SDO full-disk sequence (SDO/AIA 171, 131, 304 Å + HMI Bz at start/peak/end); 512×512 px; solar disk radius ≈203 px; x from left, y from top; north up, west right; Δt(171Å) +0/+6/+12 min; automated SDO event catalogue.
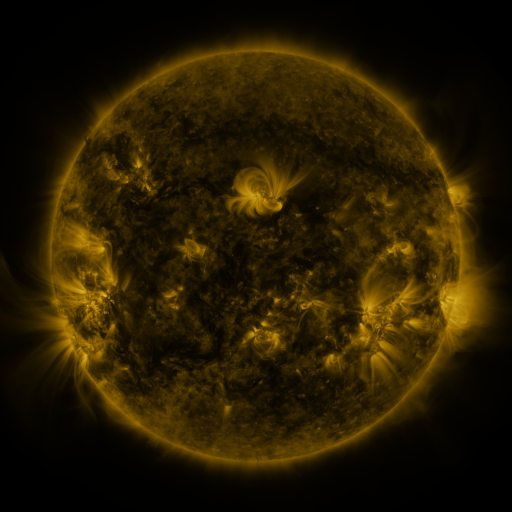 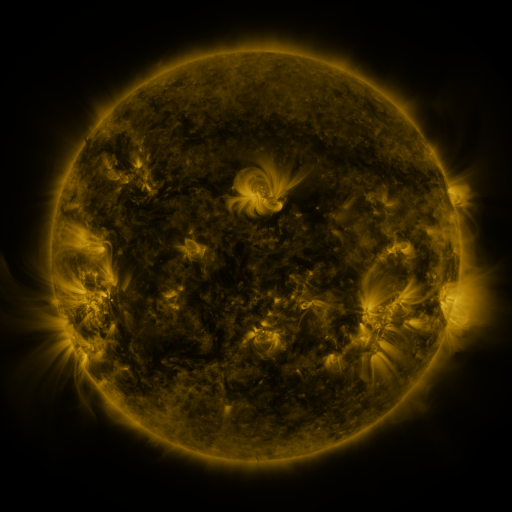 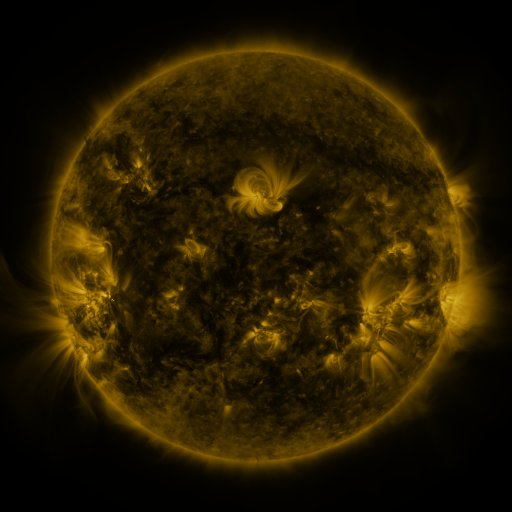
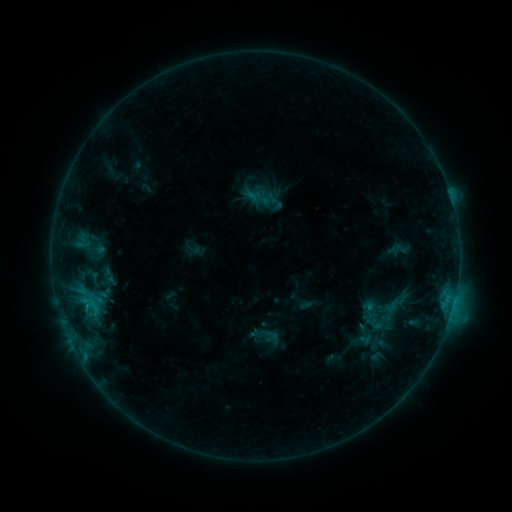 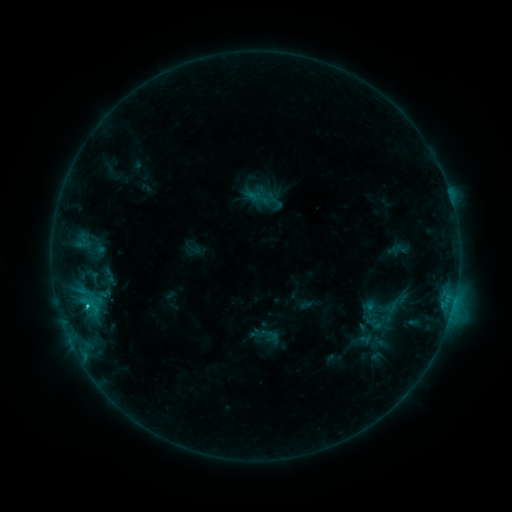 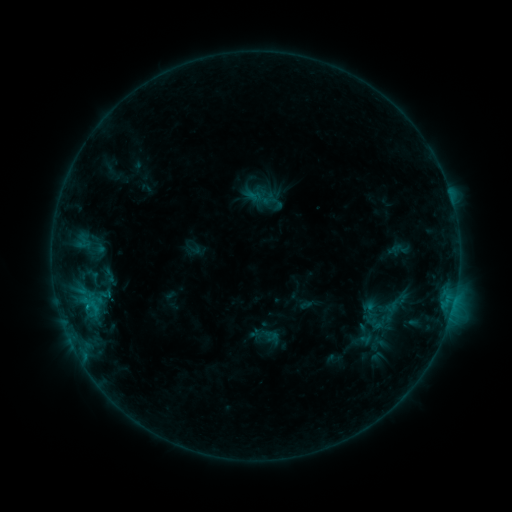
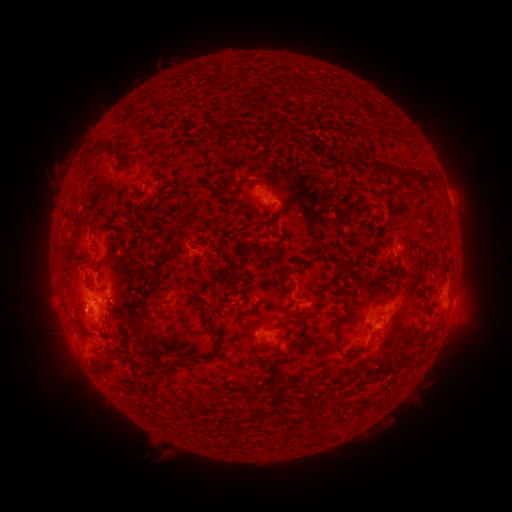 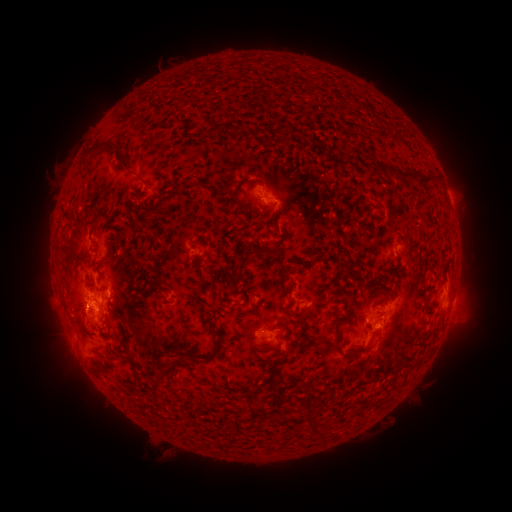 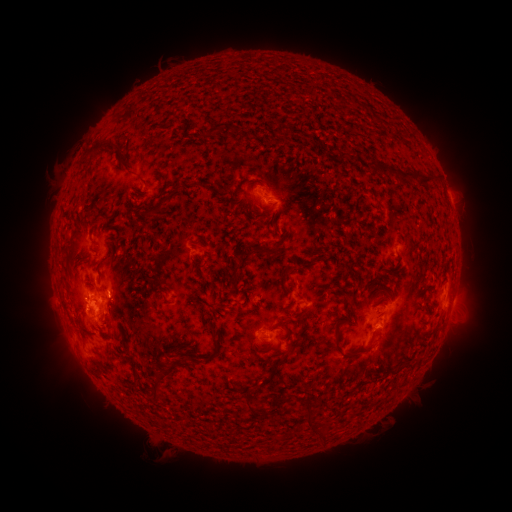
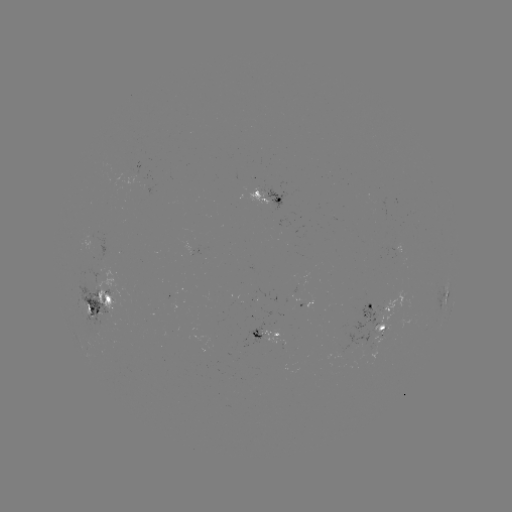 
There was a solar flare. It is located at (88, 305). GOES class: C1.5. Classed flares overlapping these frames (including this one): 1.